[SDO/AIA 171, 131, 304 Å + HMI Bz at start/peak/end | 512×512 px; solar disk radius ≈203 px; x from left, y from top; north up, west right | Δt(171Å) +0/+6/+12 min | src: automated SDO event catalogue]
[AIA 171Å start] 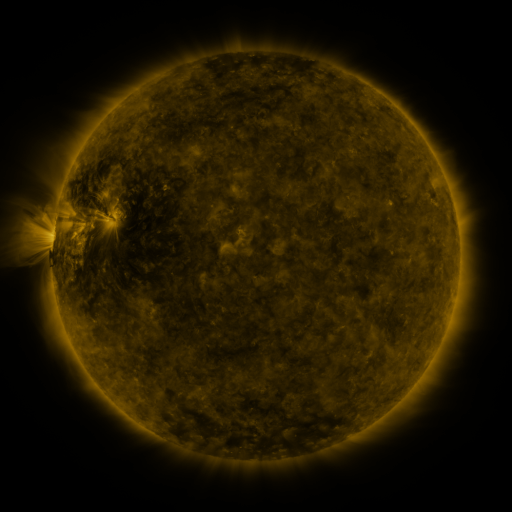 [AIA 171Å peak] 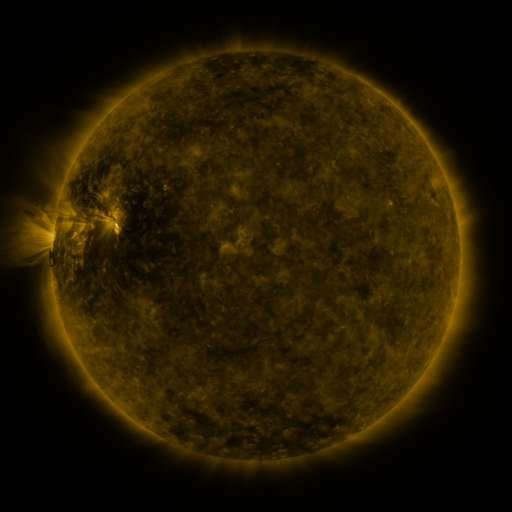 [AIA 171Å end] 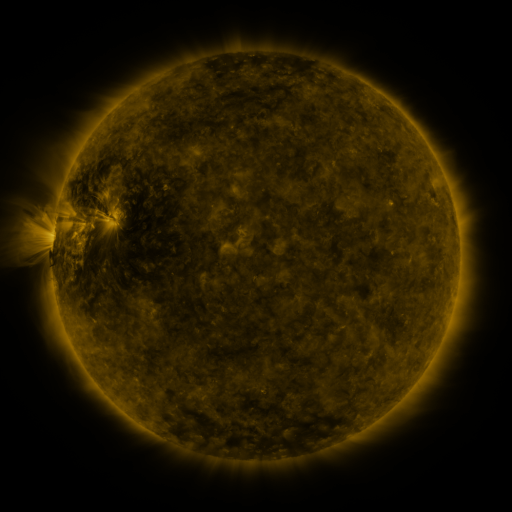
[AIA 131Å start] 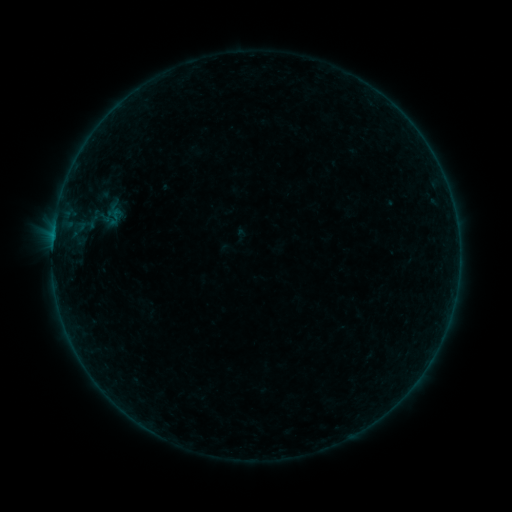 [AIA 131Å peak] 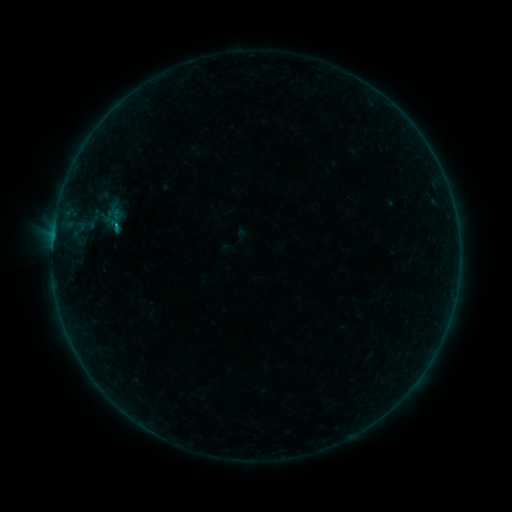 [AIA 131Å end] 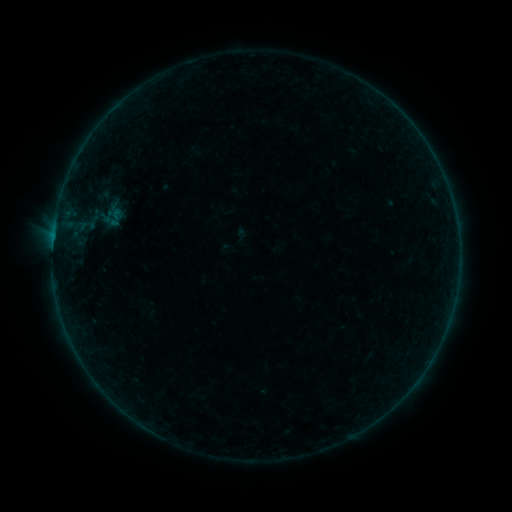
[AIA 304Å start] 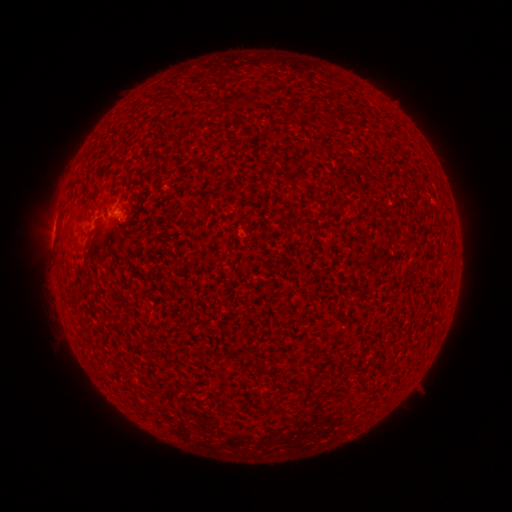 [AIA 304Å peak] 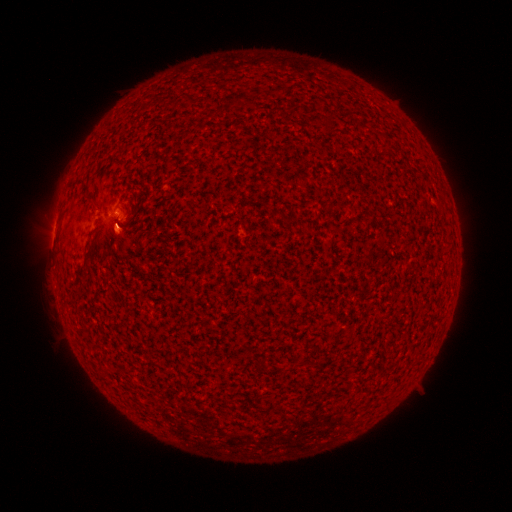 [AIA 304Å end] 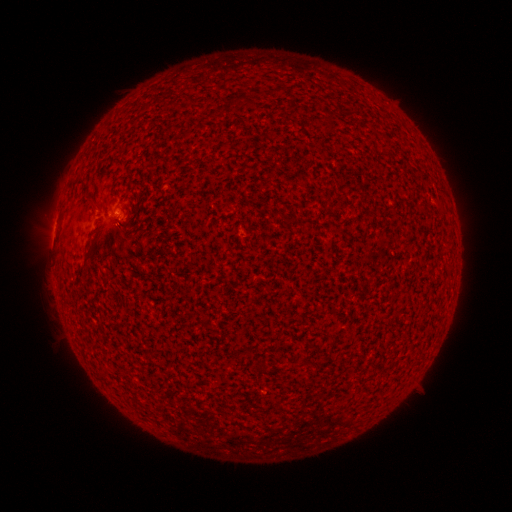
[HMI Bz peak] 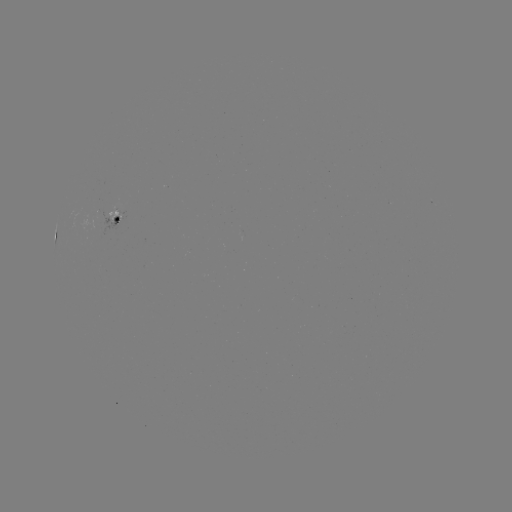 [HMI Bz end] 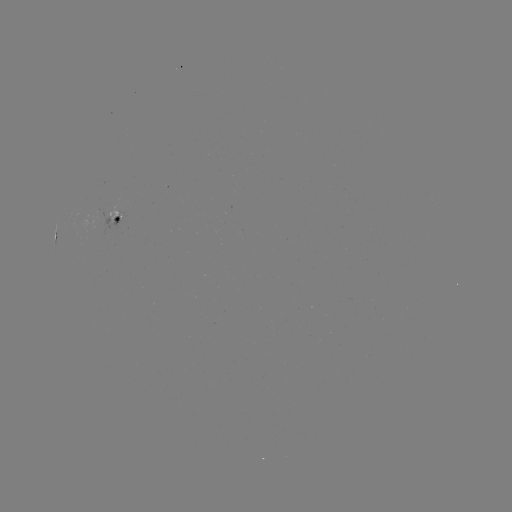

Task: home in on B2.8 flare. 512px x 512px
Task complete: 117,225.